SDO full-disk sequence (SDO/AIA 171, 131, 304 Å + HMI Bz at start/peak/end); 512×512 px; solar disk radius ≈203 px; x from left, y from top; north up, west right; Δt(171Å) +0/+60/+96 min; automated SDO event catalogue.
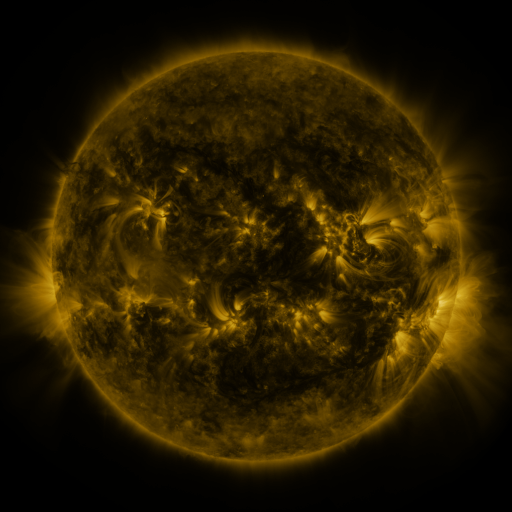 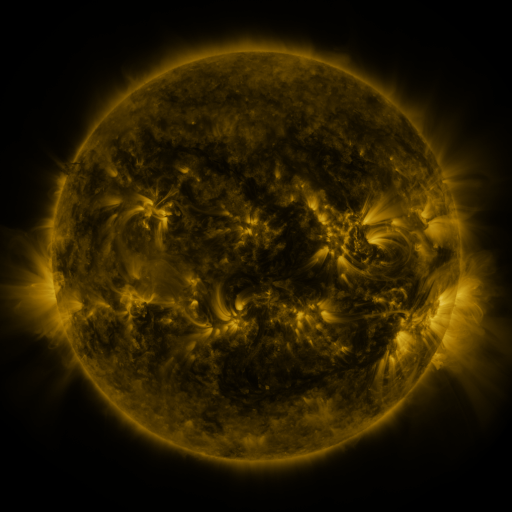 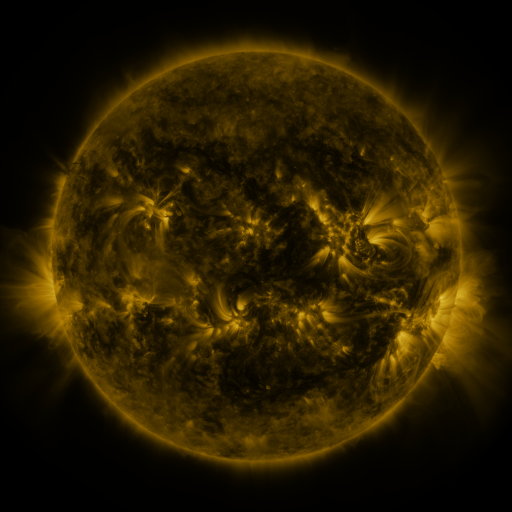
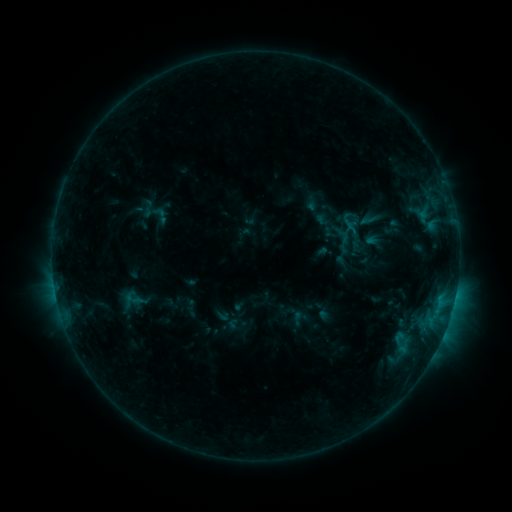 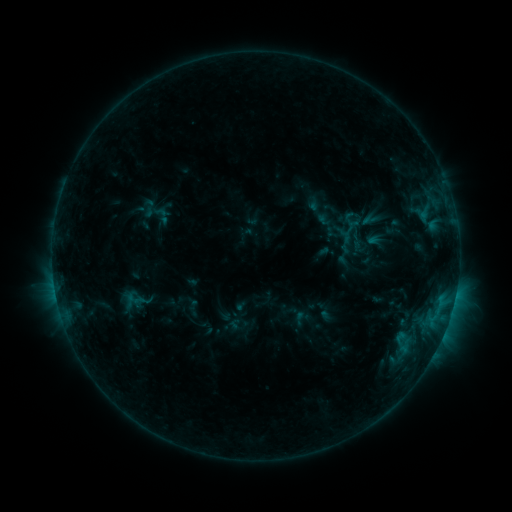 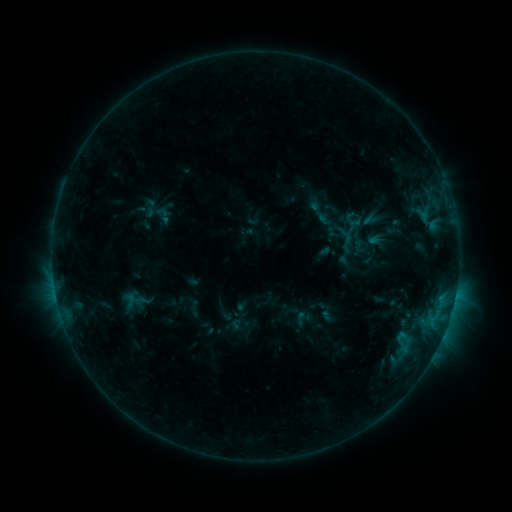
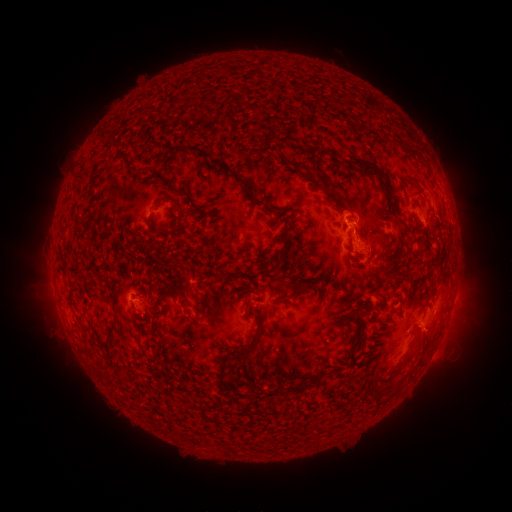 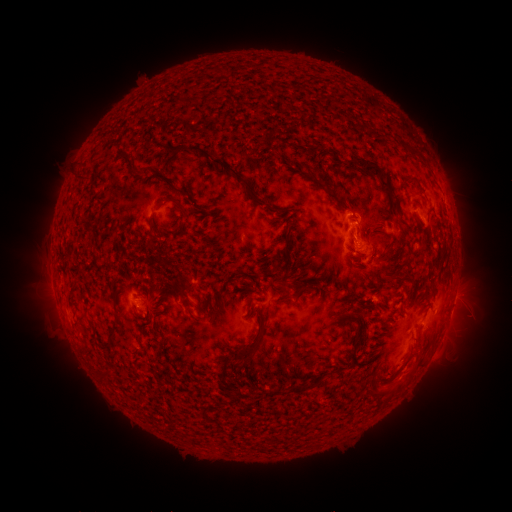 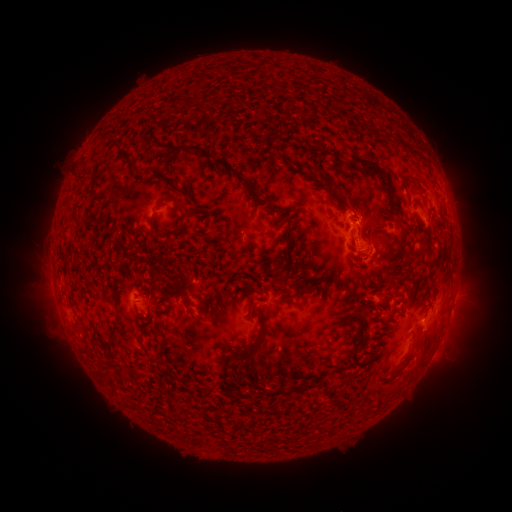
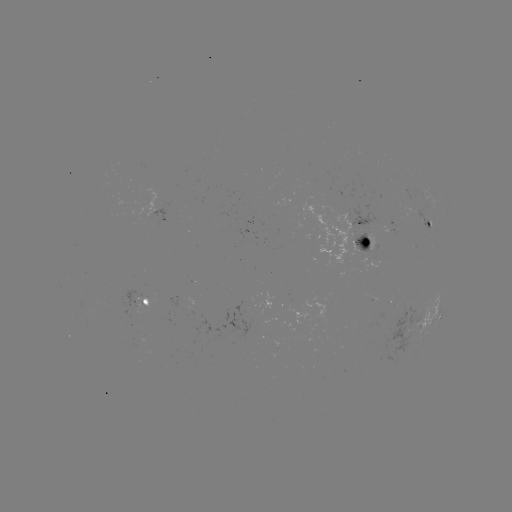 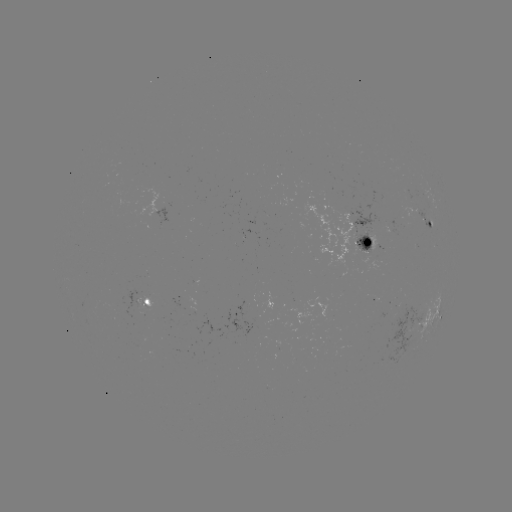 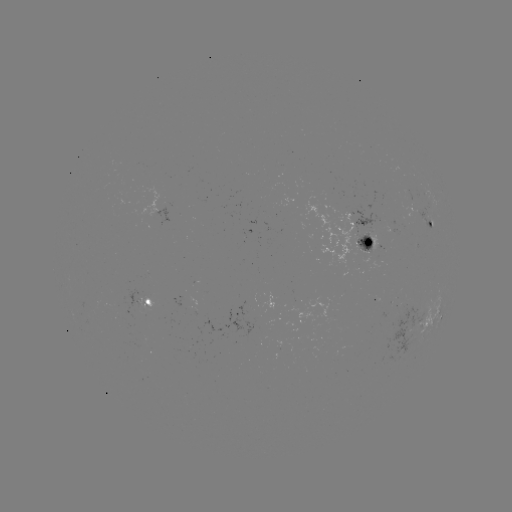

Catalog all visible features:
emerging-flux region: (278, 345)
